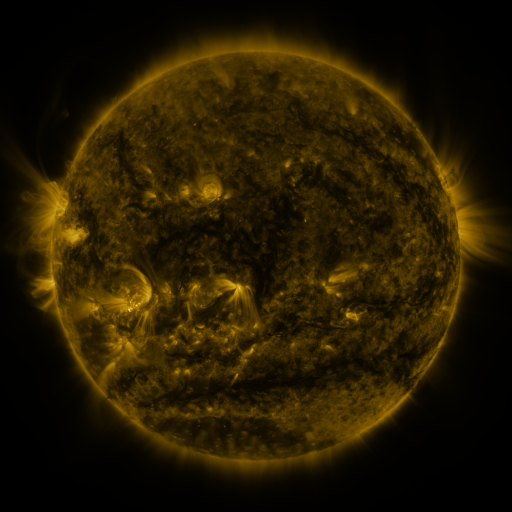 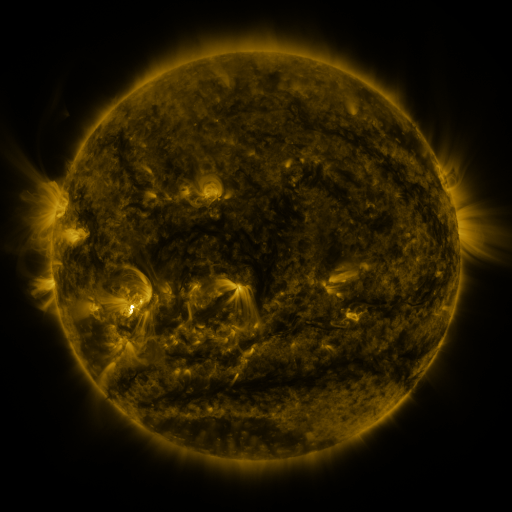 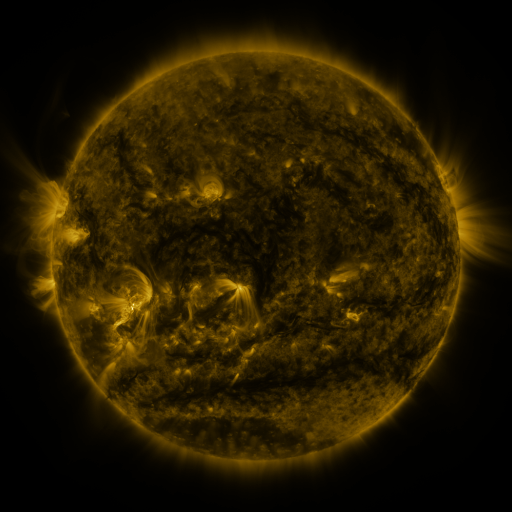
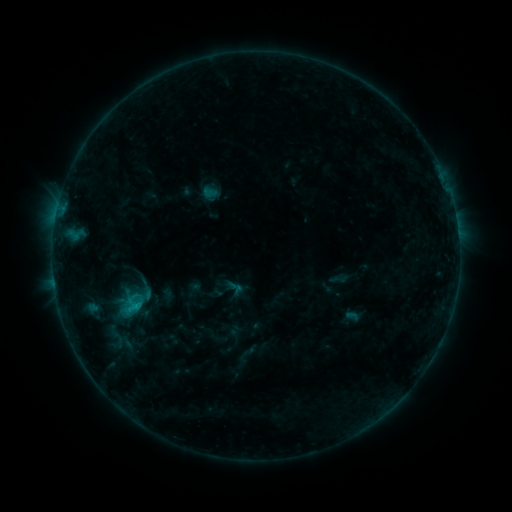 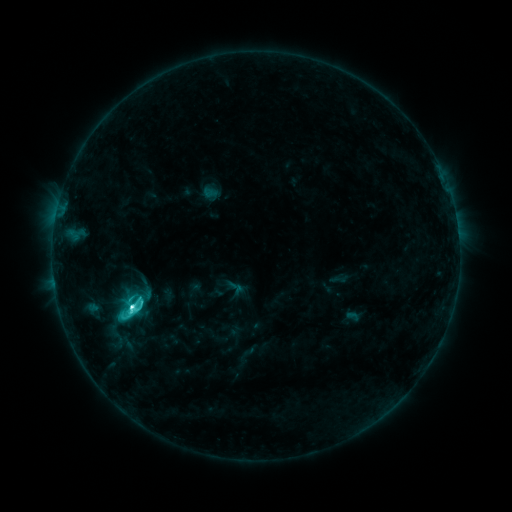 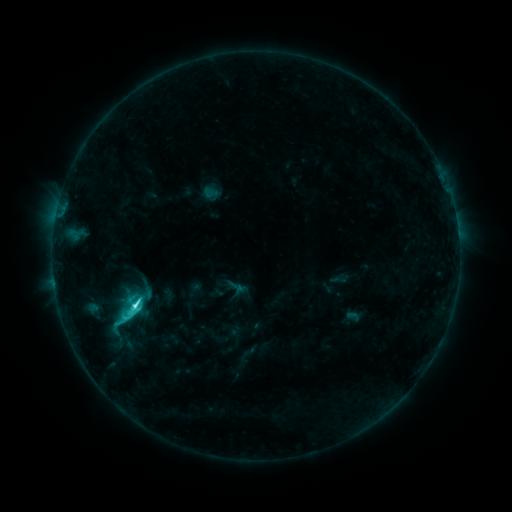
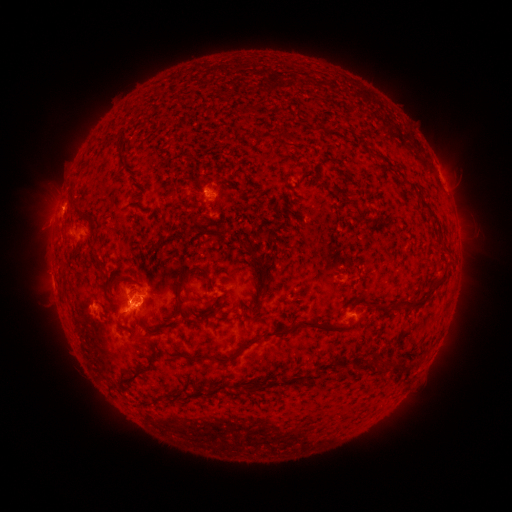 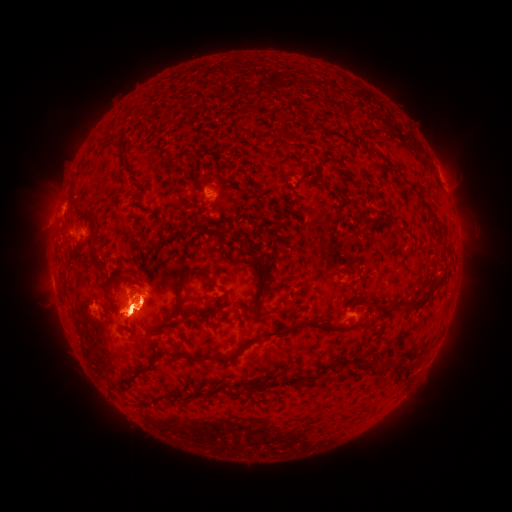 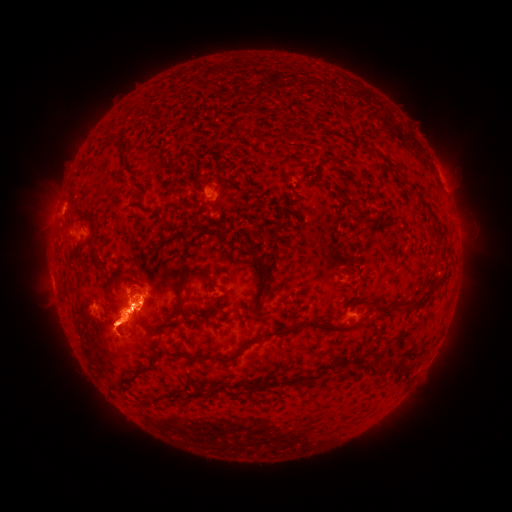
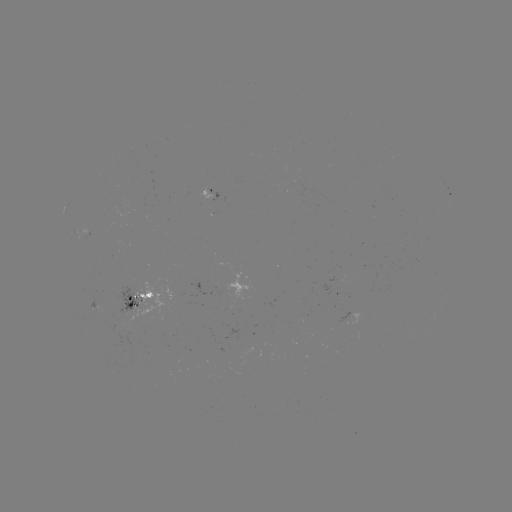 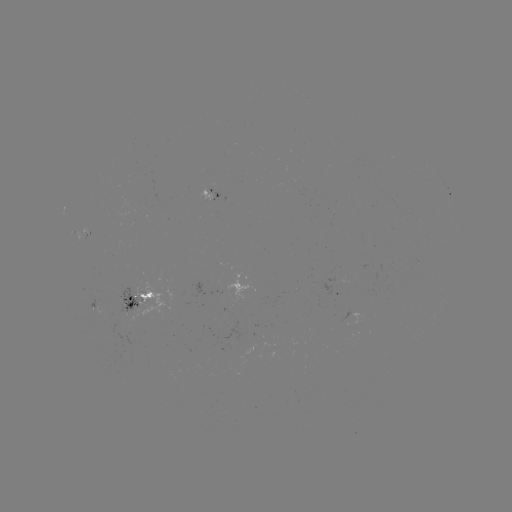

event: flare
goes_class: C8.0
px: (133, 305)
